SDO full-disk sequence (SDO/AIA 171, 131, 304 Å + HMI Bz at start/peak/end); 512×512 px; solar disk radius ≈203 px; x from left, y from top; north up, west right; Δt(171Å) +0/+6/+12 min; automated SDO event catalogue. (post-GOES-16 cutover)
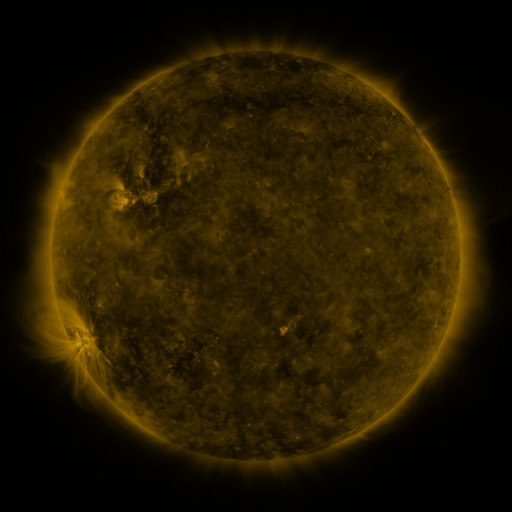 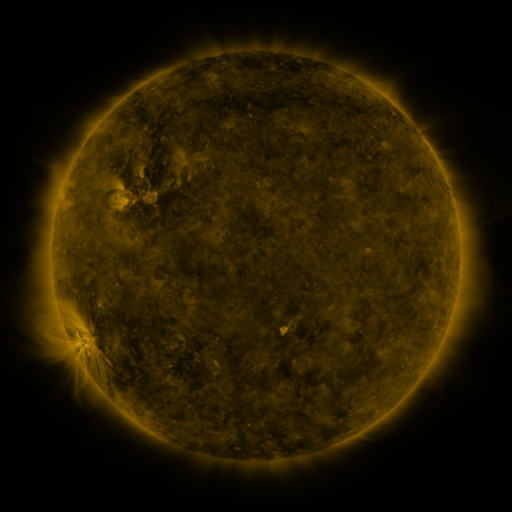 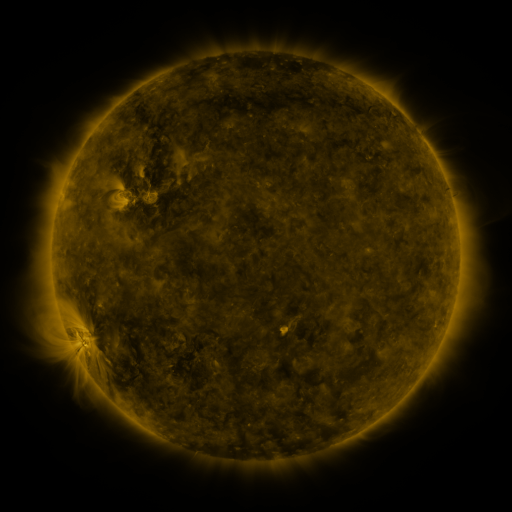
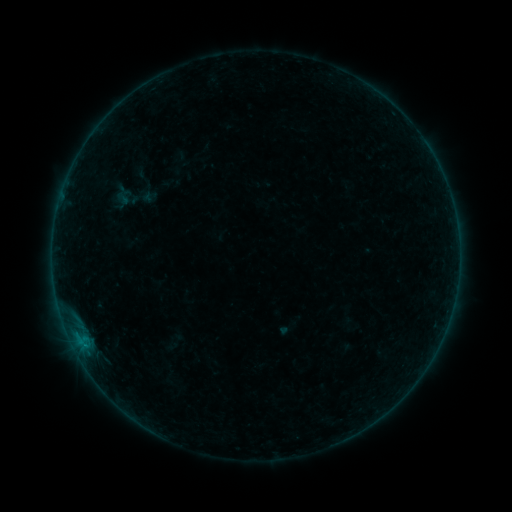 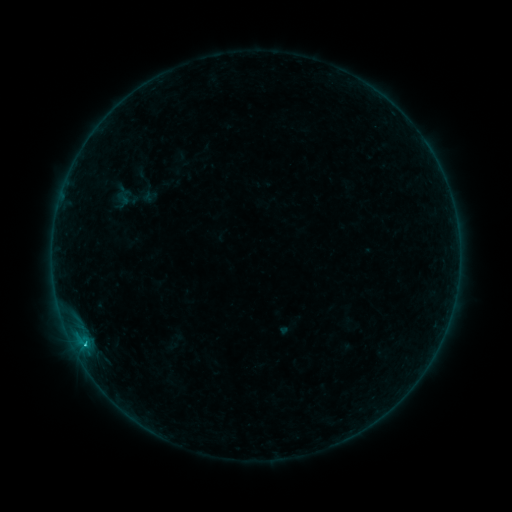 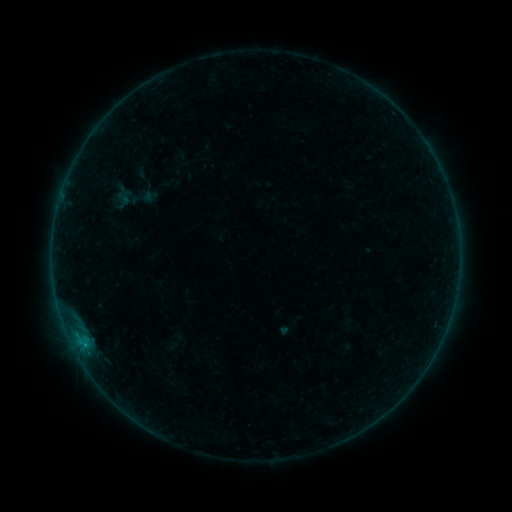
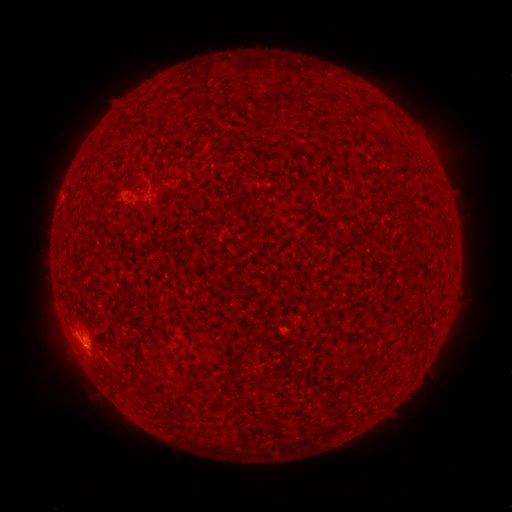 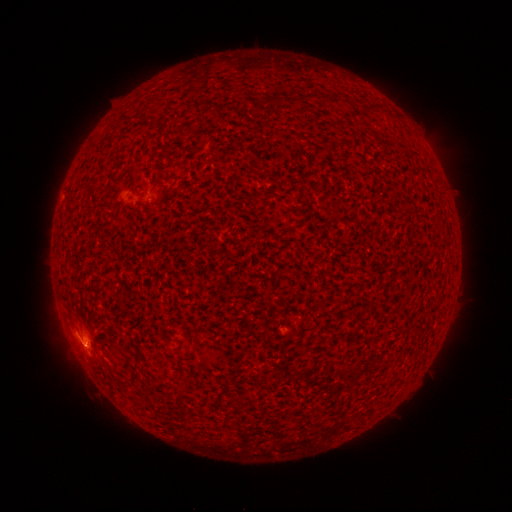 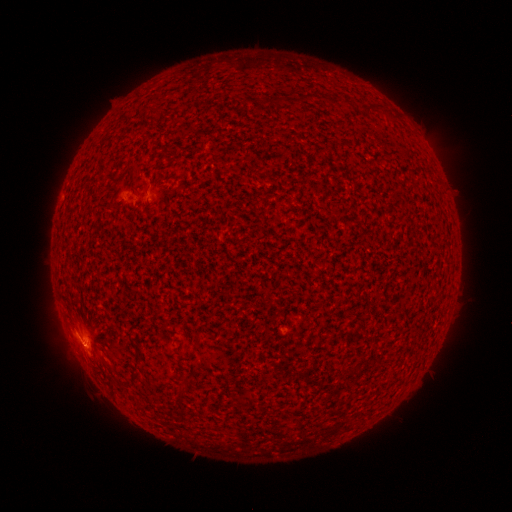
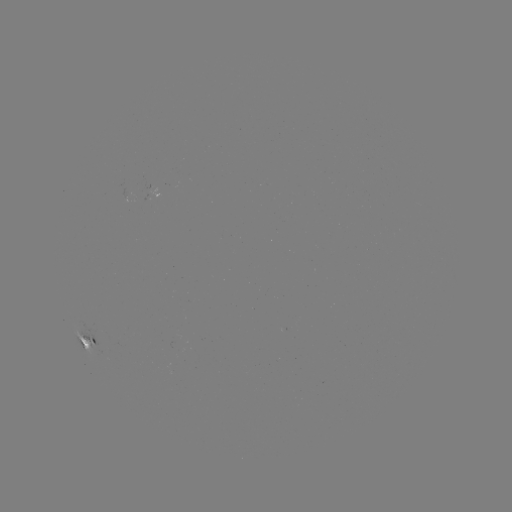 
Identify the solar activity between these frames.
B9.2 flare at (86, 343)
